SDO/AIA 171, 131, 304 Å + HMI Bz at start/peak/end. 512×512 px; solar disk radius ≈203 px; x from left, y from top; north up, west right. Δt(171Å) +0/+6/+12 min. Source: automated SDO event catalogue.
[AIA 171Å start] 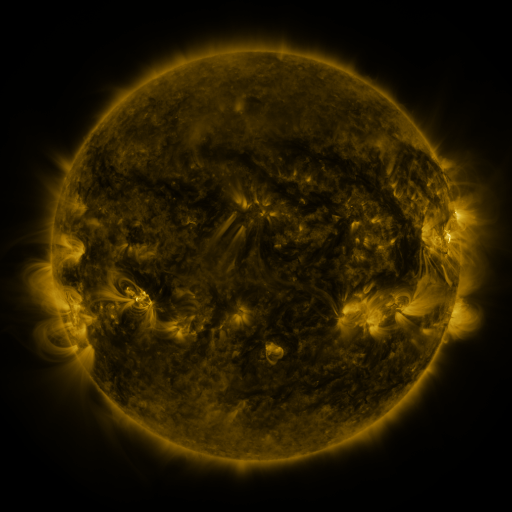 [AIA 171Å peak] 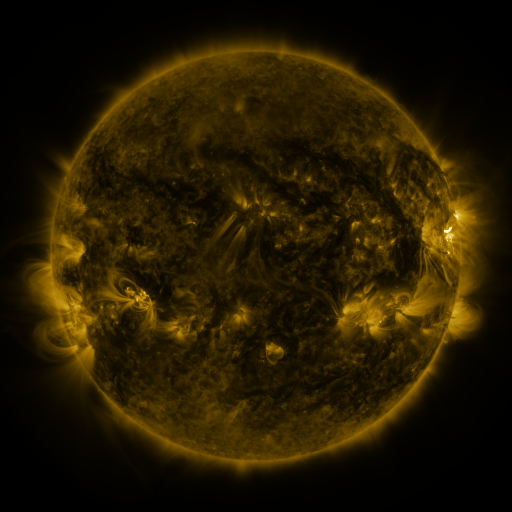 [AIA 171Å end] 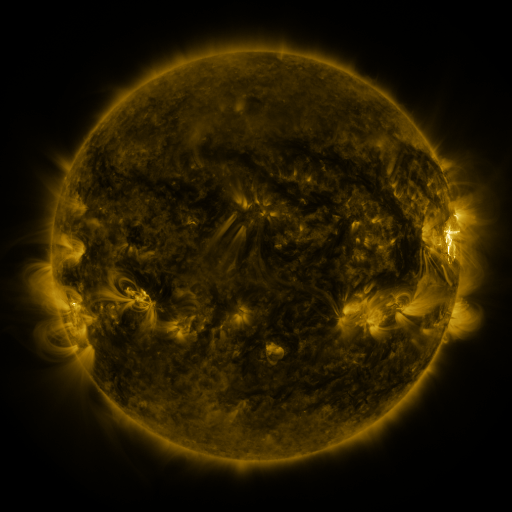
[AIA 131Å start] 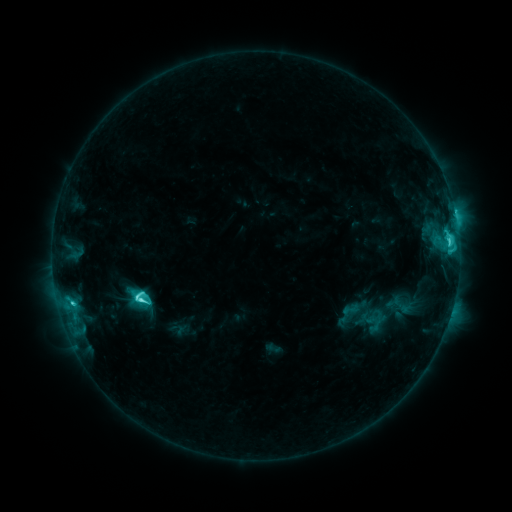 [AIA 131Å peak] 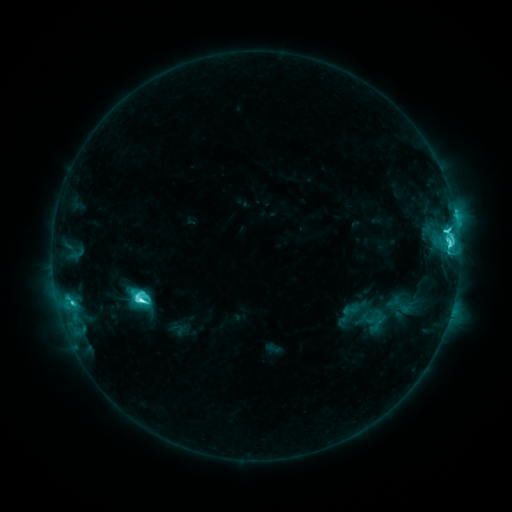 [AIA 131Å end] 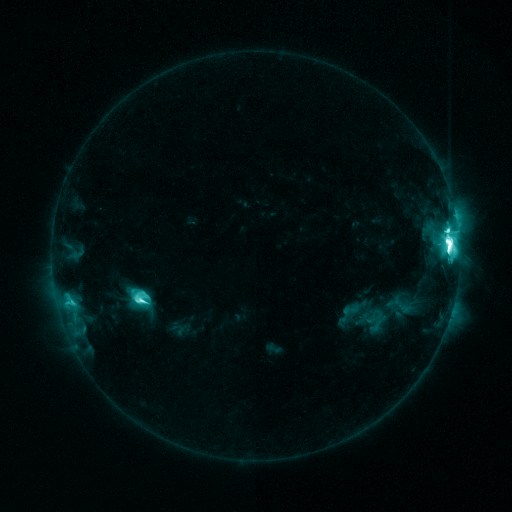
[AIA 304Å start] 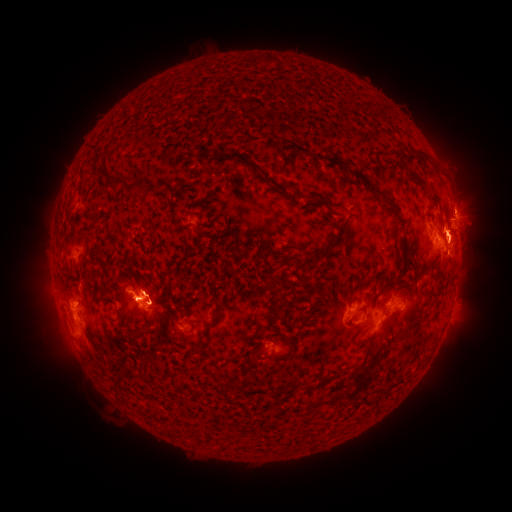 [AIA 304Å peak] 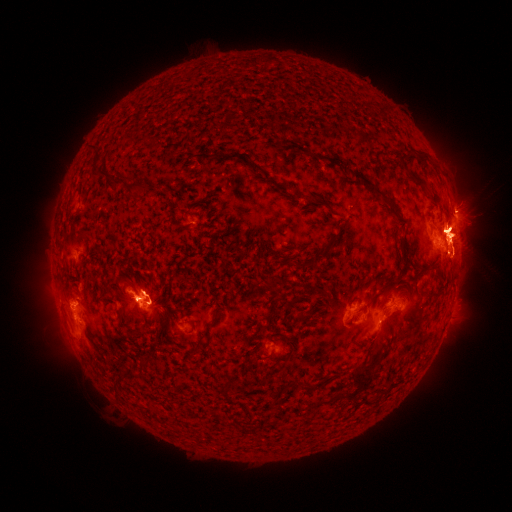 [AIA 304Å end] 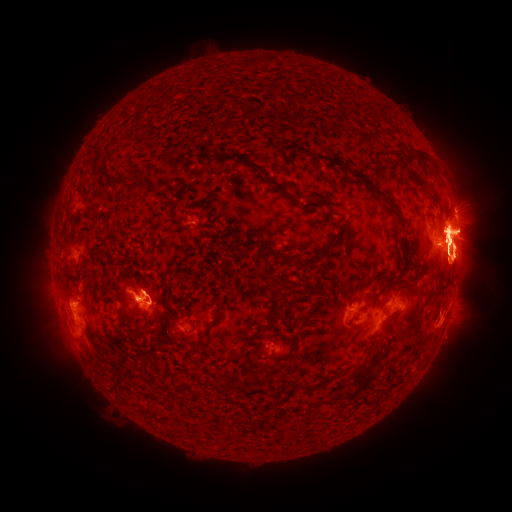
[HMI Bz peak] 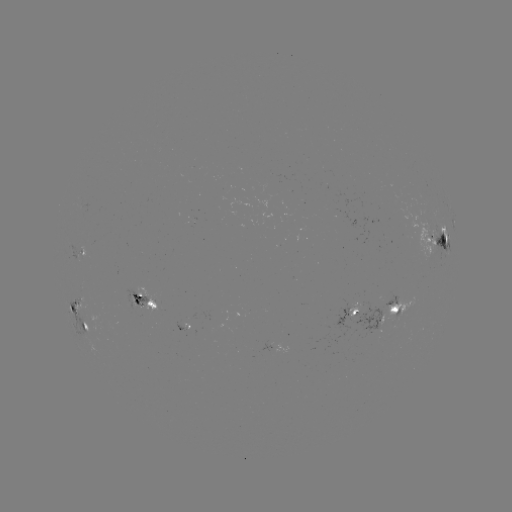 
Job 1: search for eruption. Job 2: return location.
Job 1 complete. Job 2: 378,335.